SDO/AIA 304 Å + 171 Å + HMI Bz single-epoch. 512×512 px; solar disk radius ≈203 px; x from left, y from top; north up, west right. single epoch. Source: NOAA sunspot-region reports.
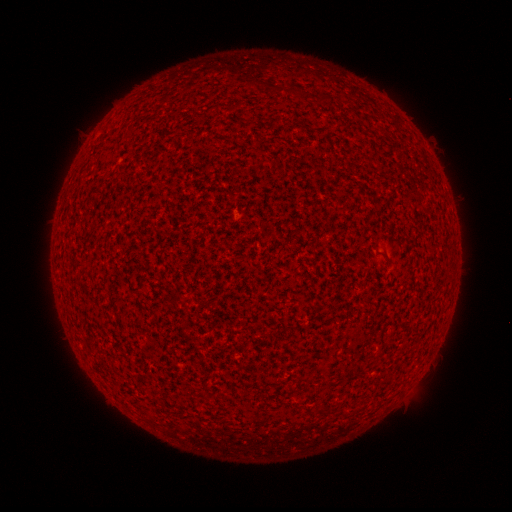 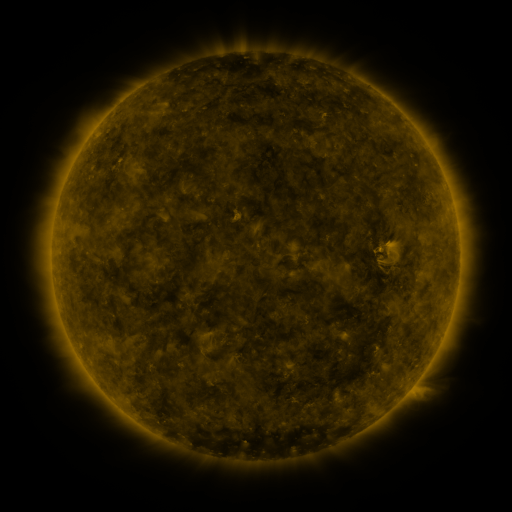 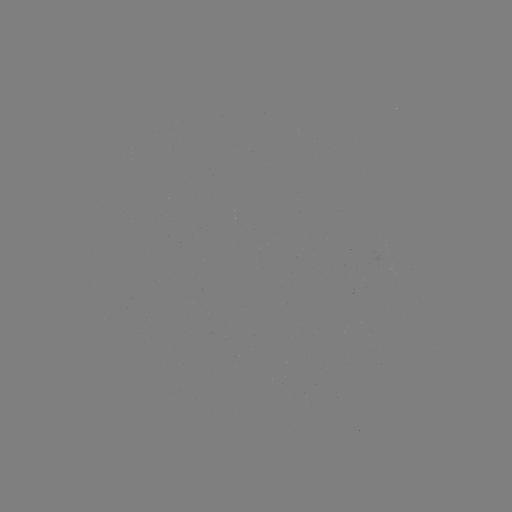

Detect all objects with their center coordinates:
(none)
